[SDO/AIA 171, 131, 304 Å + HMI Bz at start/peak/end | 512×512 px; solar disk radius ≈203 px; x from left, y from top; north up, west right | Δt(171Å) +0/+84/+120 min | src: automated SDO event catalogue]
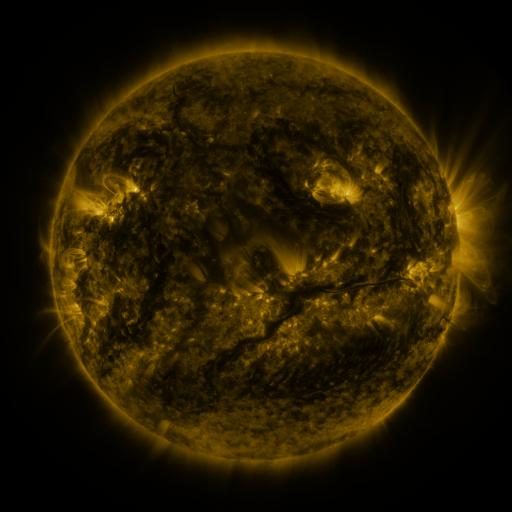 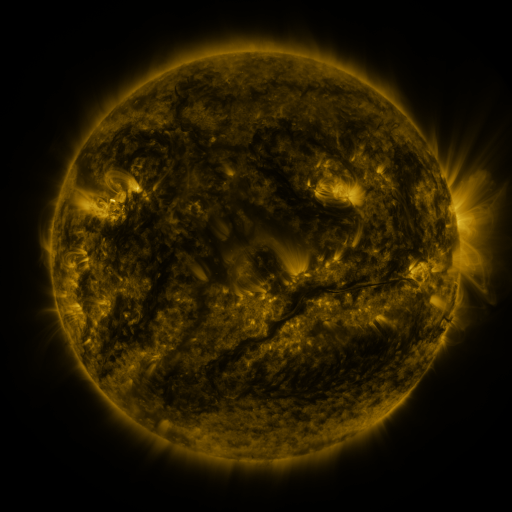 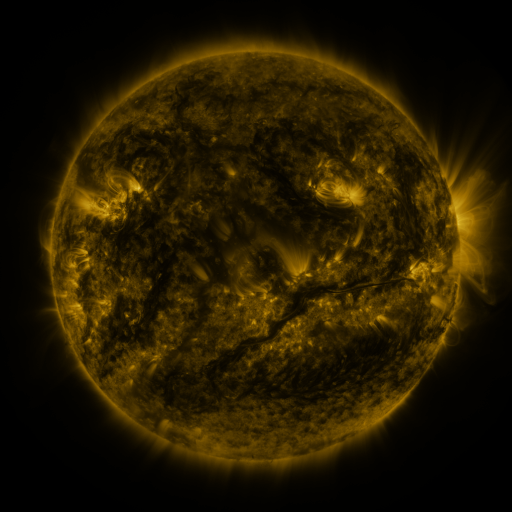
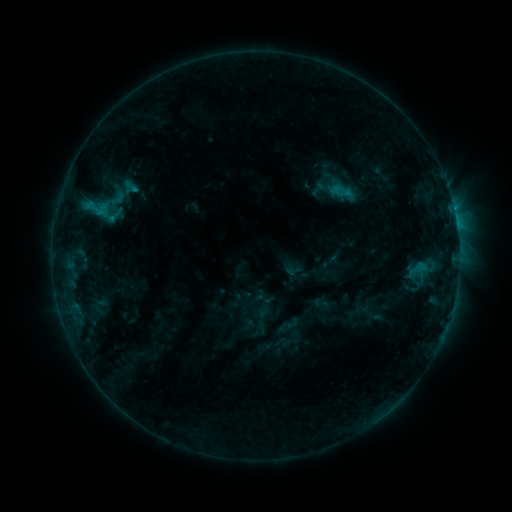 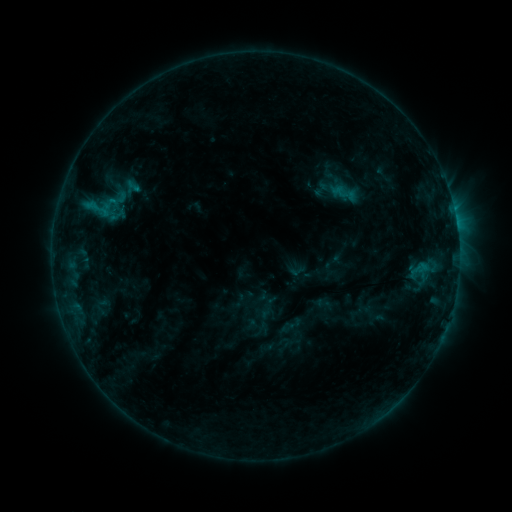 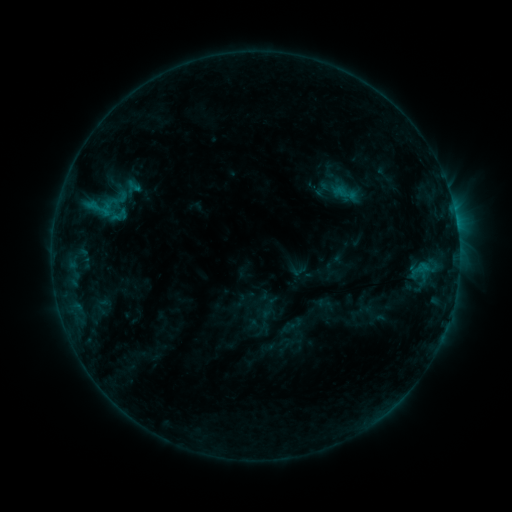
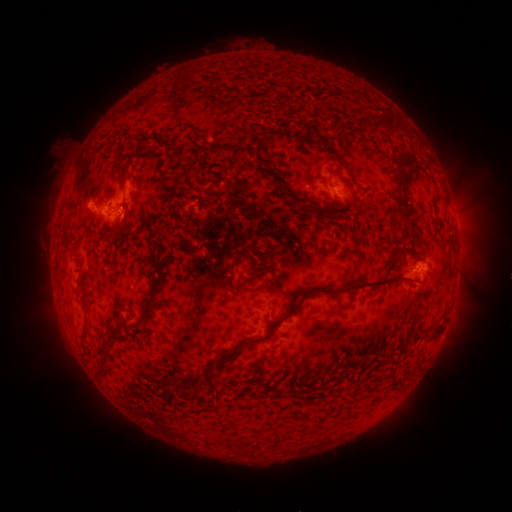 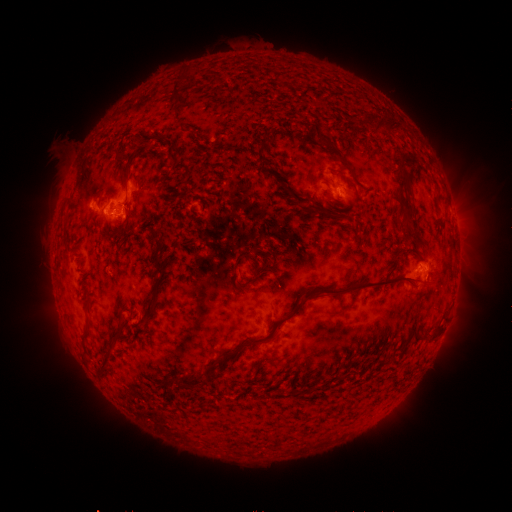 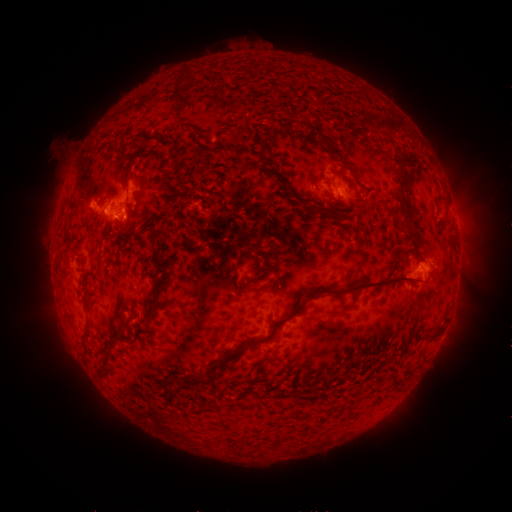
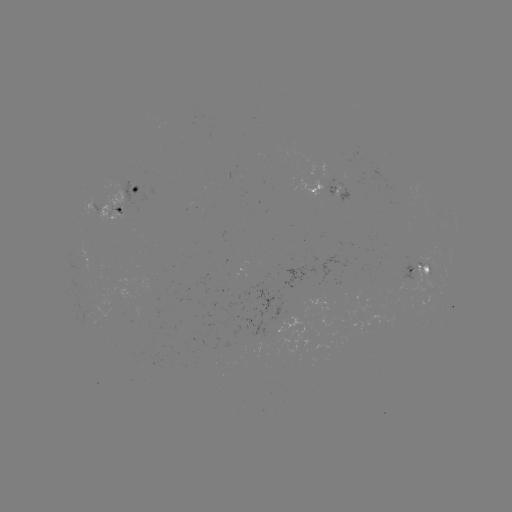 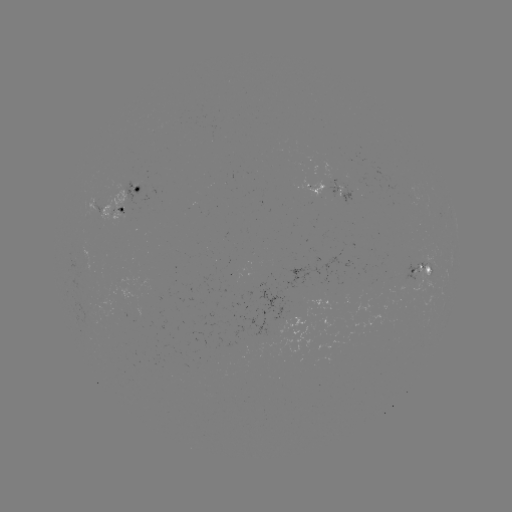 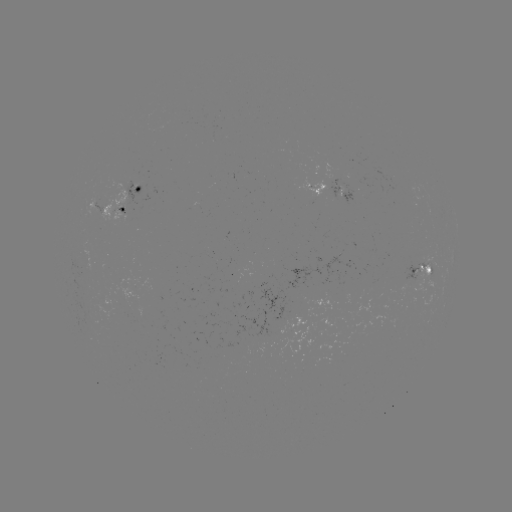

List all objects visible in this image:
emerging-flux region: (373, 285)
